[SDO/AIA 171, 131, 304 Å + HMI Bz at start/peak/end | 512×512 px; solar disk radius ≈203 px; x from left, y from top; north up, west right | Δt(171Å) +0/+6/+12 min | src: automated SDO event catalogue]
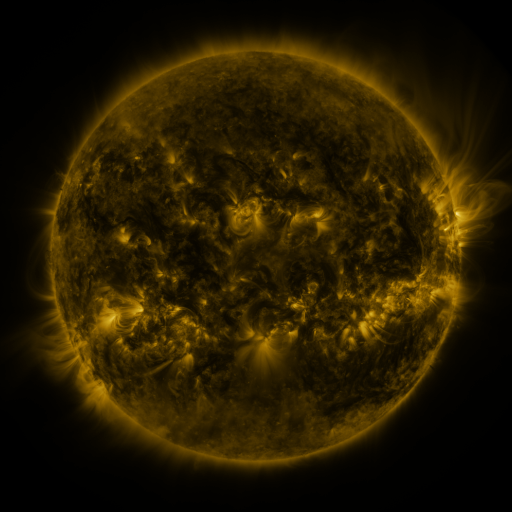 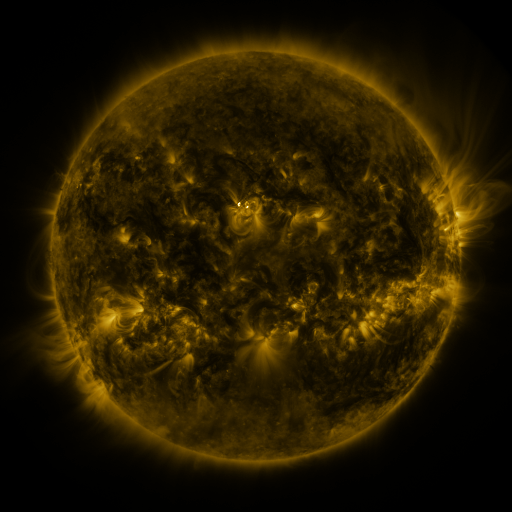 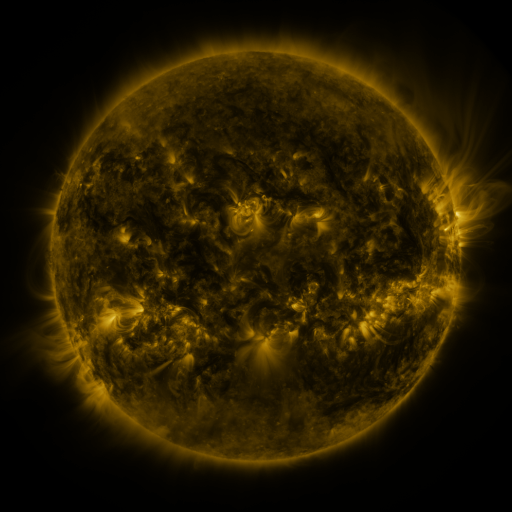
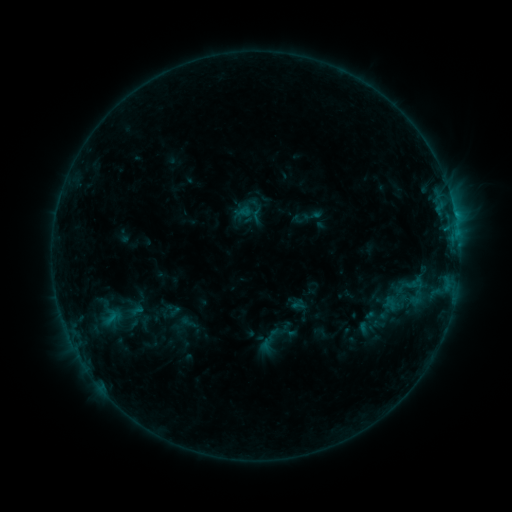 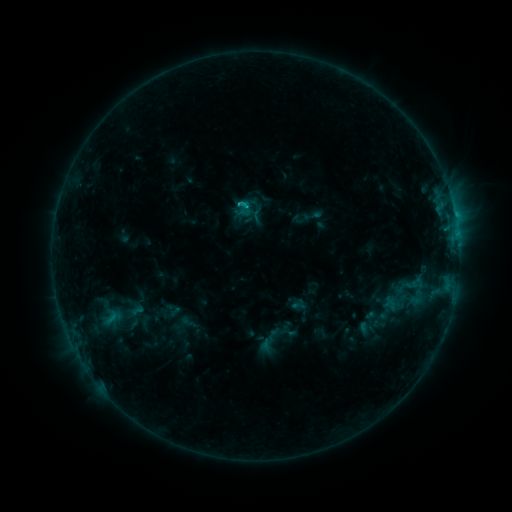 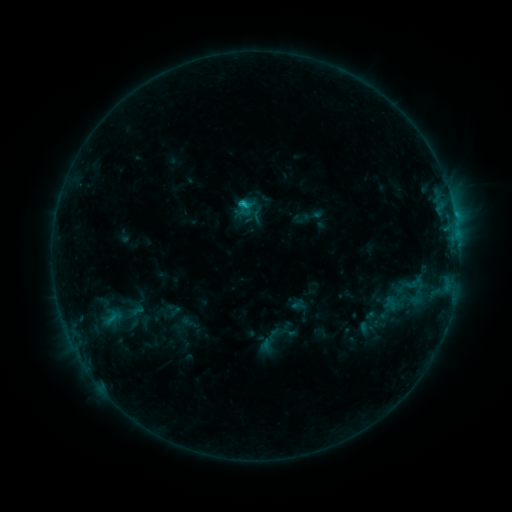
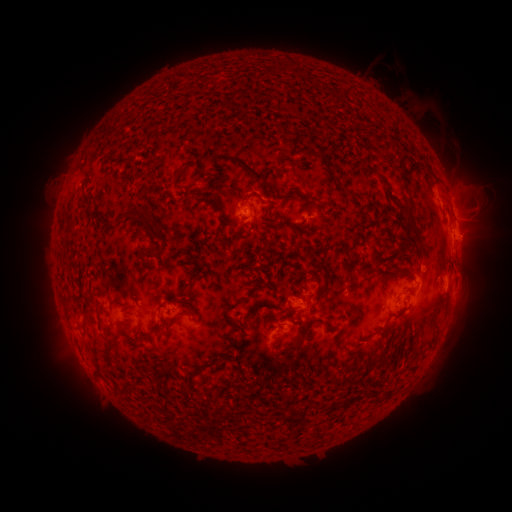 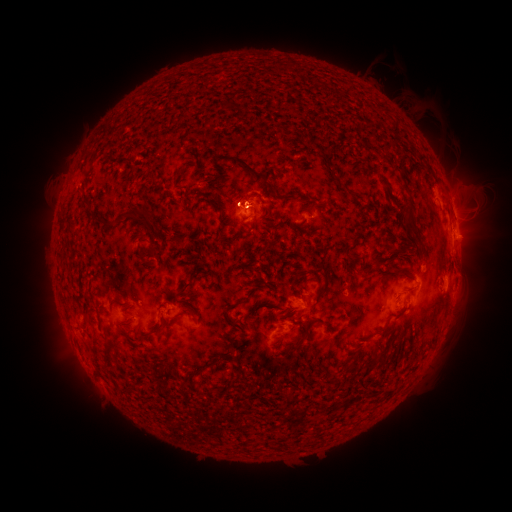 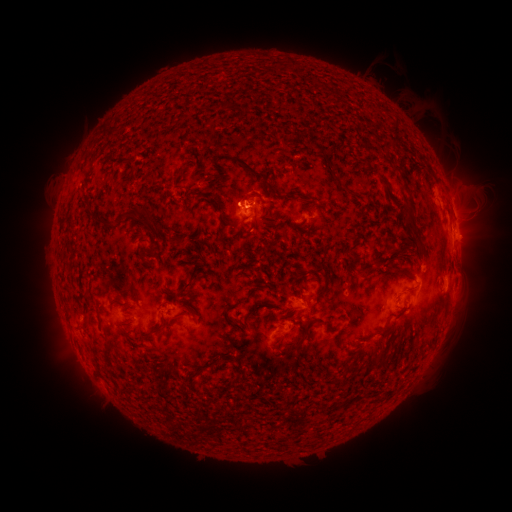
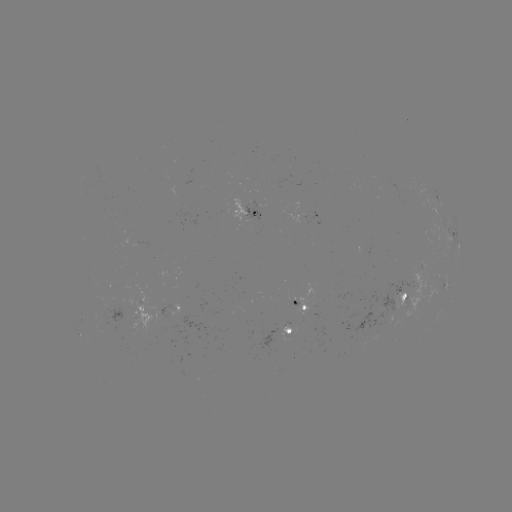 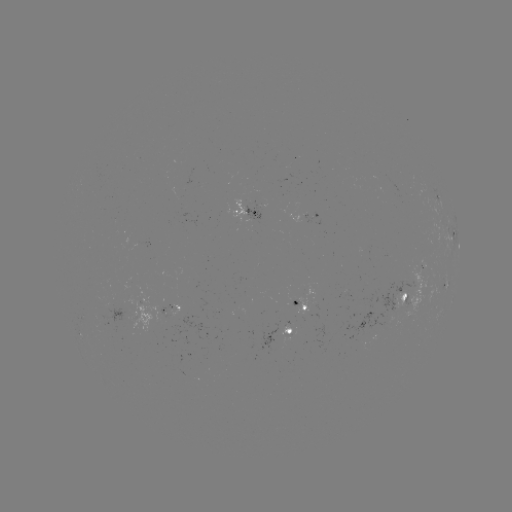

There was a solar flare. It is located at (245, 205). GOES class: C1.2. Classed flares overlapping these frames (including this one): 1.